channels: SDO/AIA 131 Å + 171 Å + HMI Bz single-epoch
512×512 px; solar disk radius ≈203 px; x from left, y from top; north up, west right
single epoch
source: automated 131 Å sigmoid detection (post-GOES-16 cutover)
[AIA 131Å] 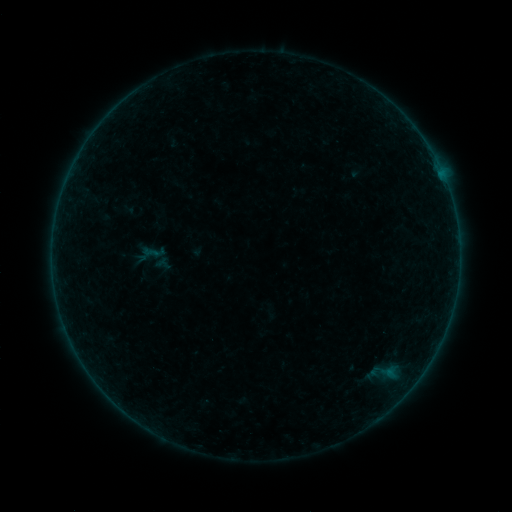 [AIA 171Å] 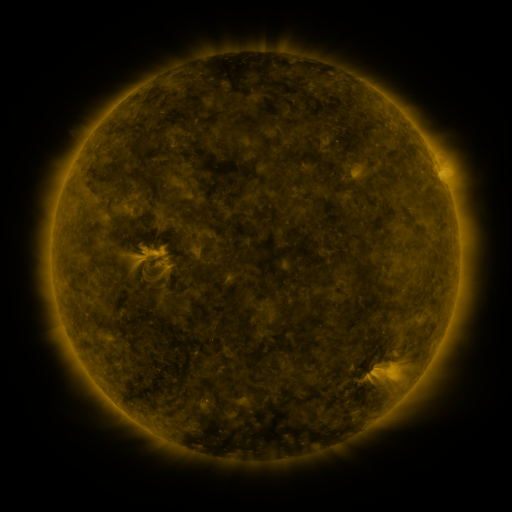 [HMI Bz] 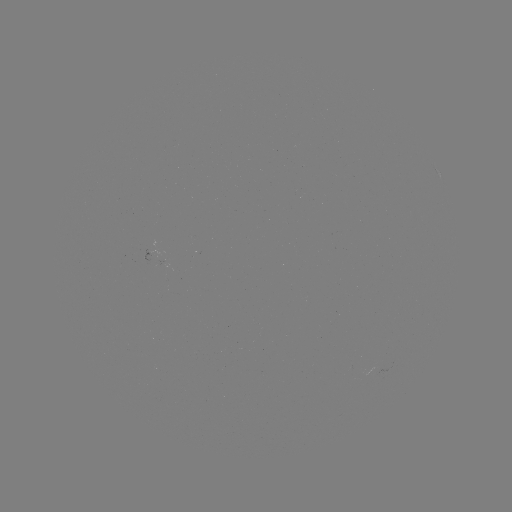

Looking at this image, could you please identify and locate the sigmoid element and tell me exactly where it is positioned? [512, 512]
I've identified sigmoid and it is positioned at (150, 252).